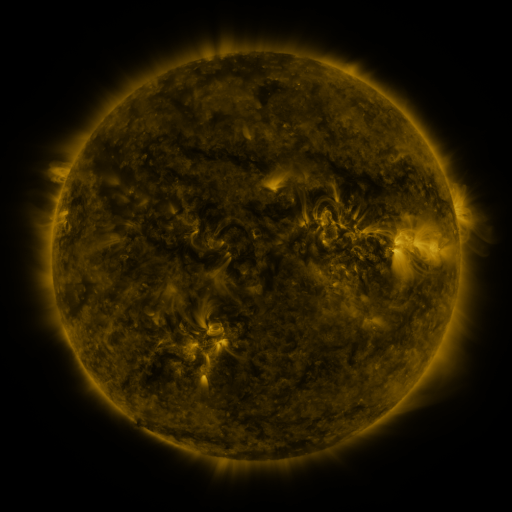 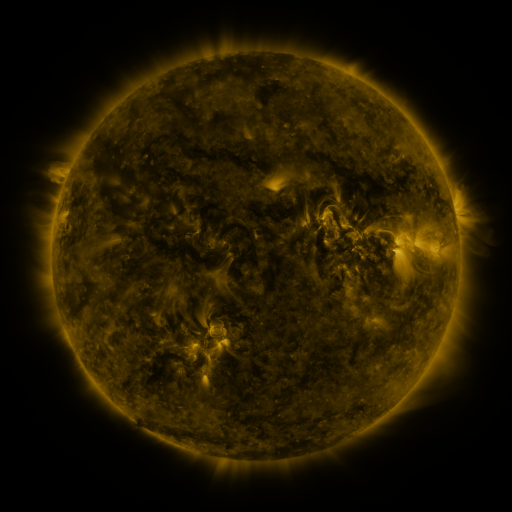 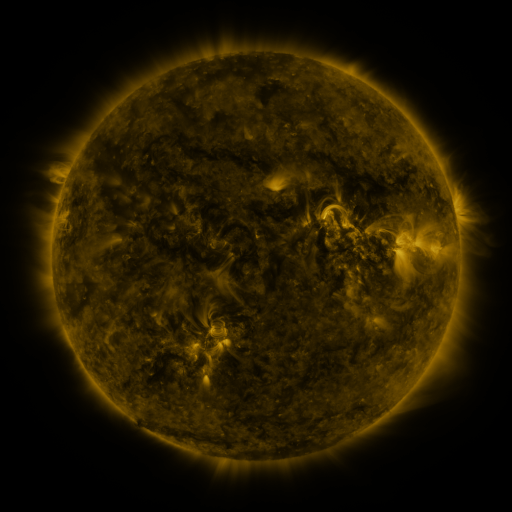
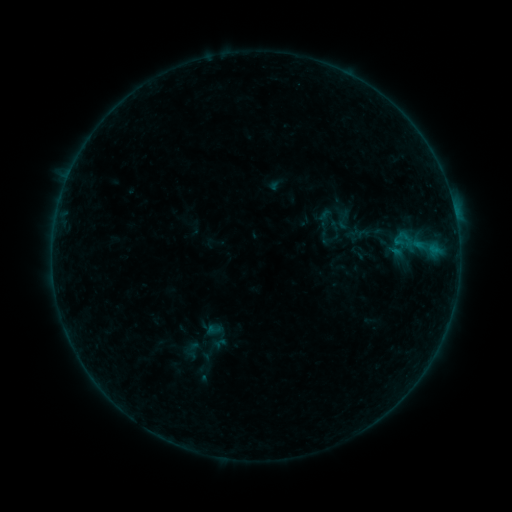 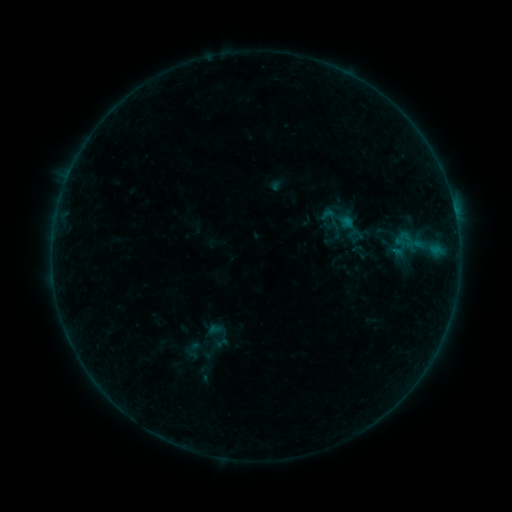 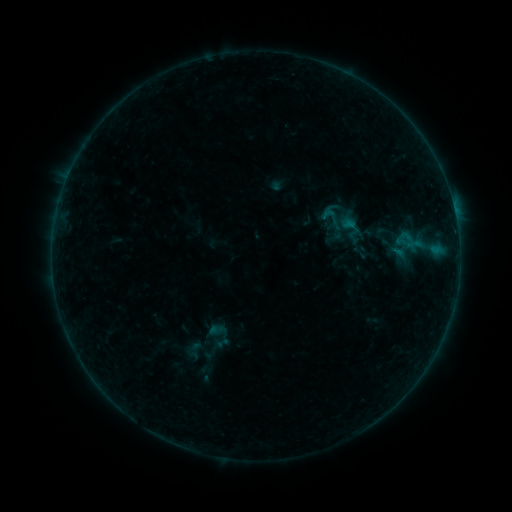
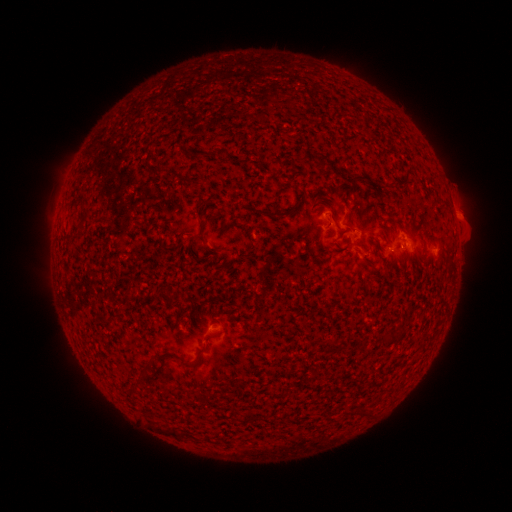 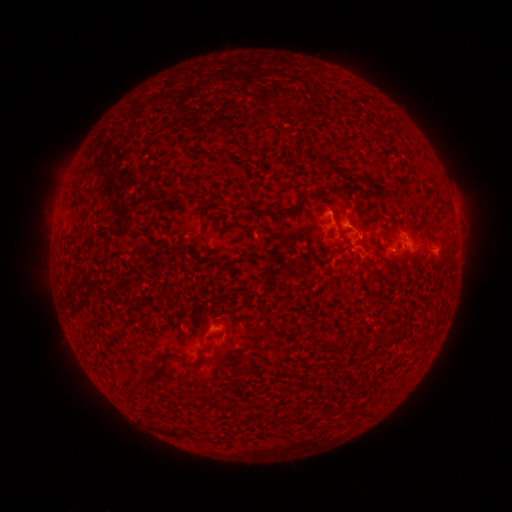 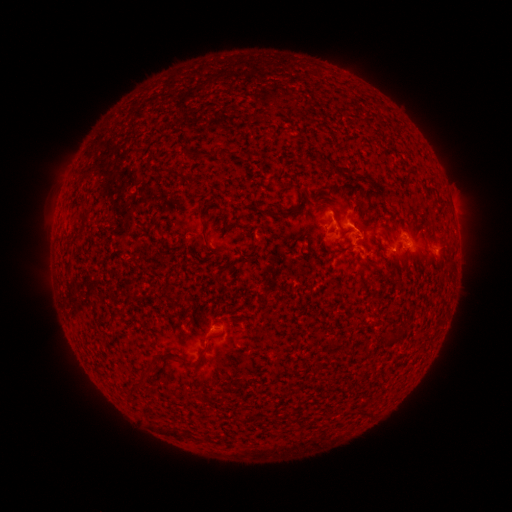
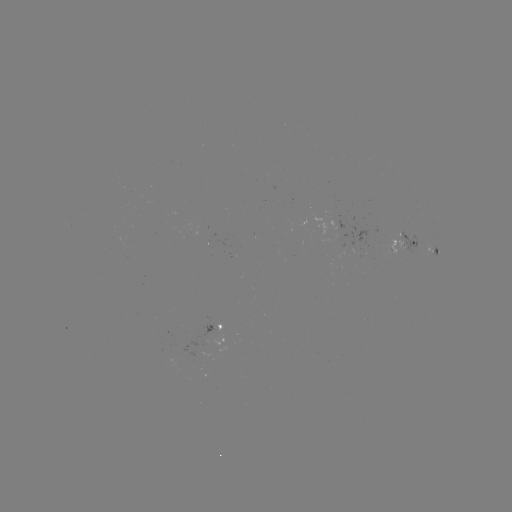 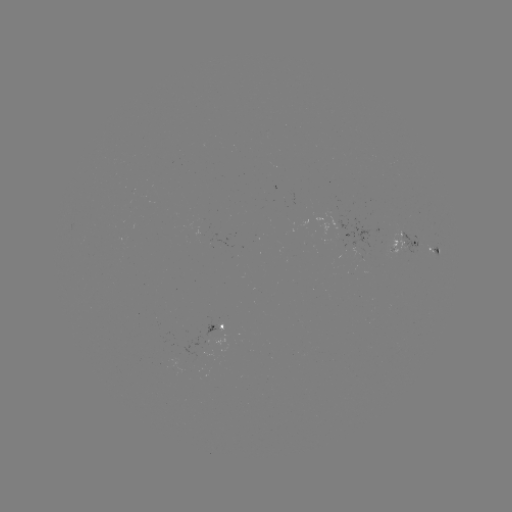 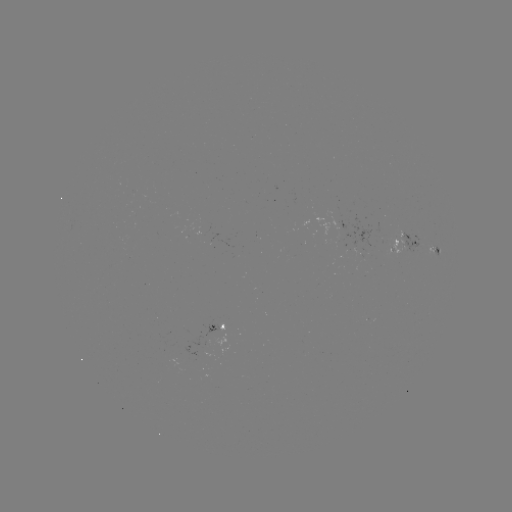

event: flare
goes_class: B6.2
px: (348, 224)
